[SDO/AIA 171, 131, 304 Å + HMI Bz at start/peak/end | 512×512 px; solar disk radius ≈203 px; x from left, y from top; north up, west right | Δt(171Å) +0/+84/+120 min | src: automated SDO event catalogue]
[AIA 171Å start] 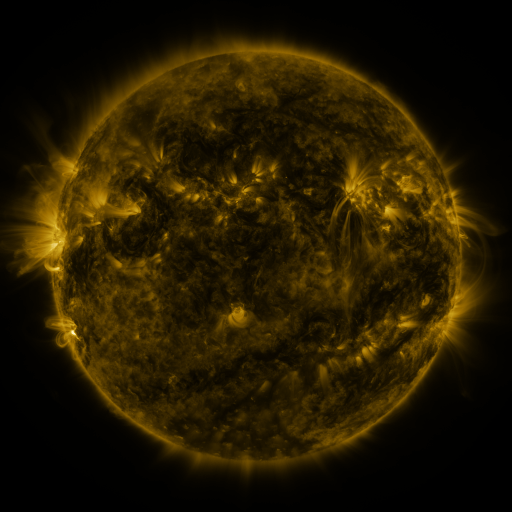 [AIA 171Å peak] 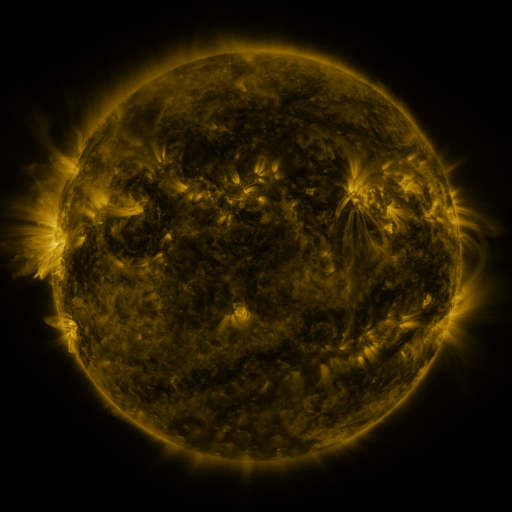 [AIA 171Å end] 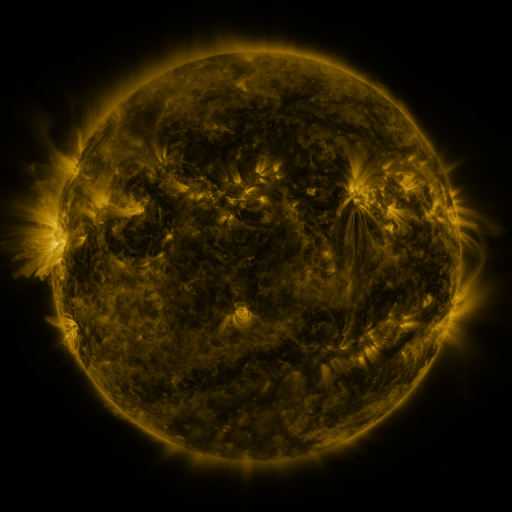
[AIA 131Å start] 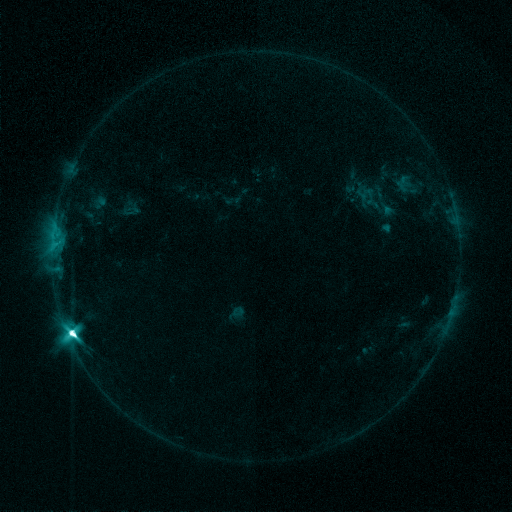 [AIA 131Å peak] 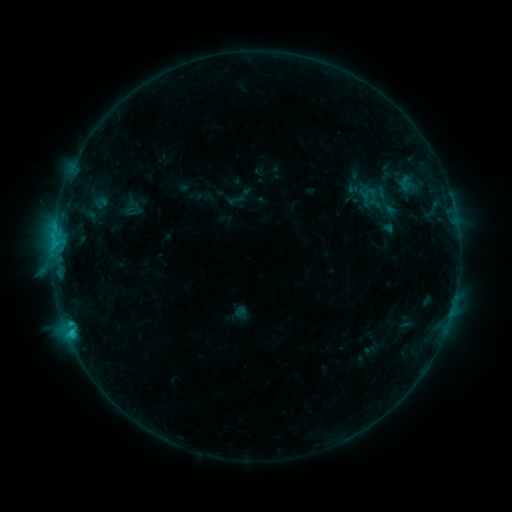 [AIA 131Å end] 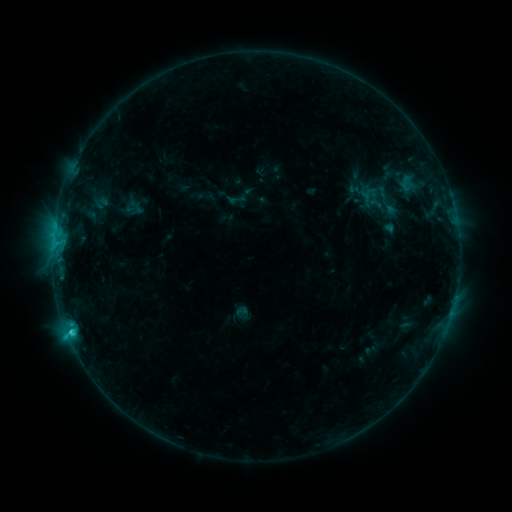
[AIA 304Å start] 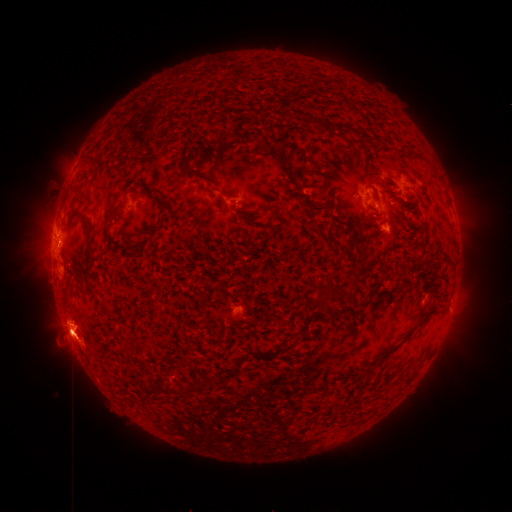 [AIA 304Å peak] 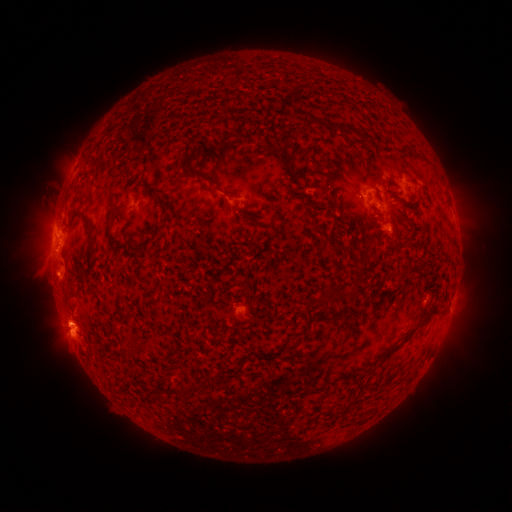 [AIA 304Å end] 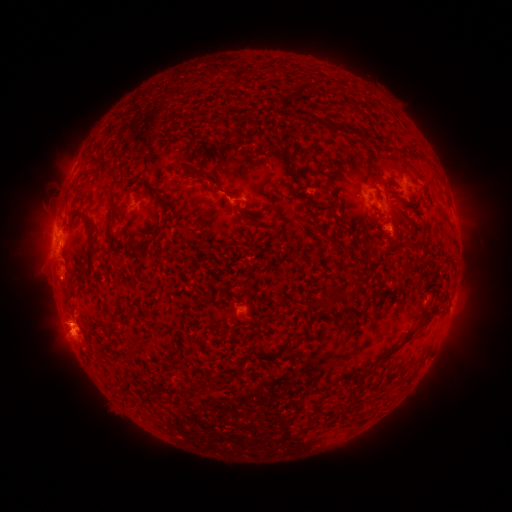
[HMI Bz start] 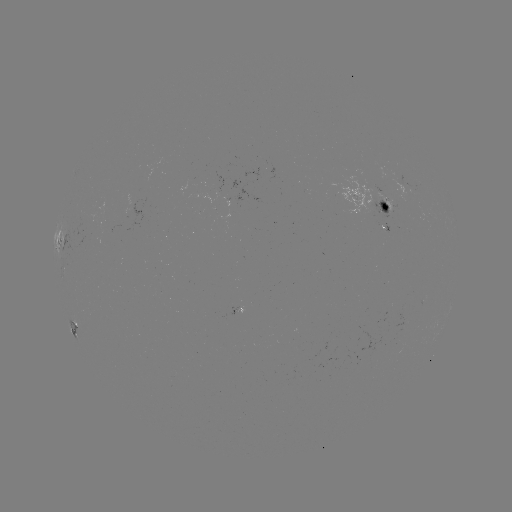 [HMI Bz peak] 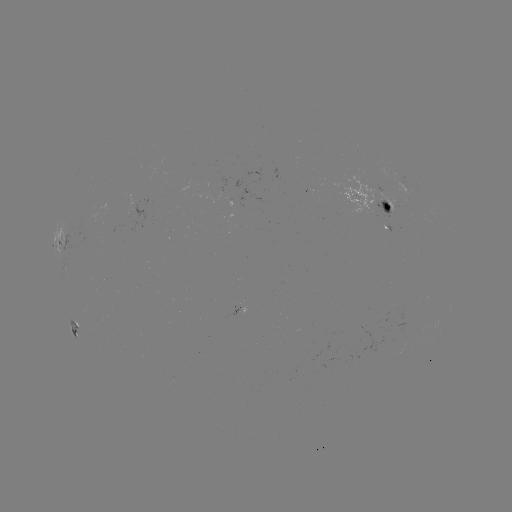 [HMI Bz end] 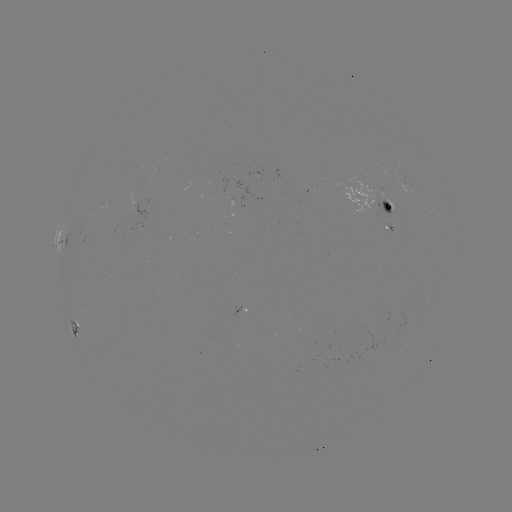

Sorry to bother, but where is emerging-flux region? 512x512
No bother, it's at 386,217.